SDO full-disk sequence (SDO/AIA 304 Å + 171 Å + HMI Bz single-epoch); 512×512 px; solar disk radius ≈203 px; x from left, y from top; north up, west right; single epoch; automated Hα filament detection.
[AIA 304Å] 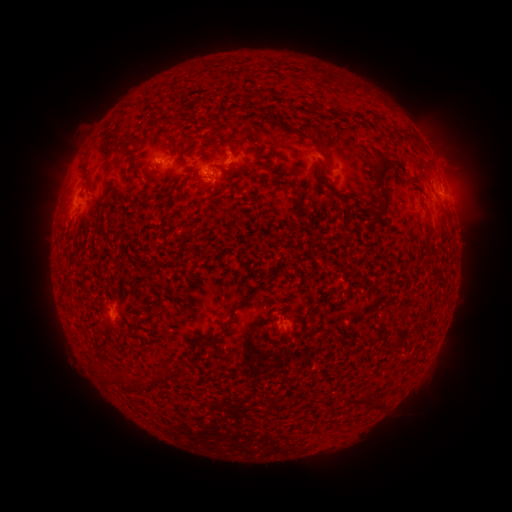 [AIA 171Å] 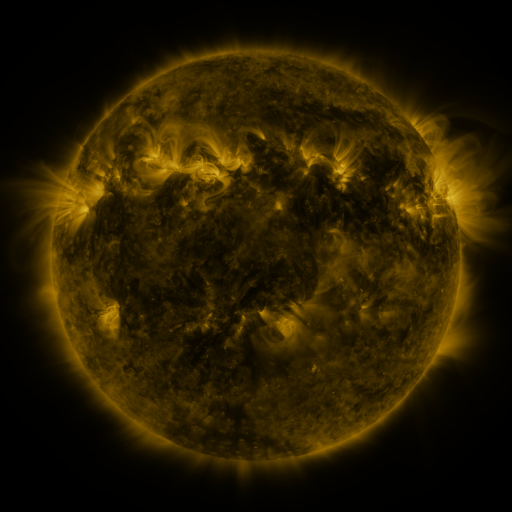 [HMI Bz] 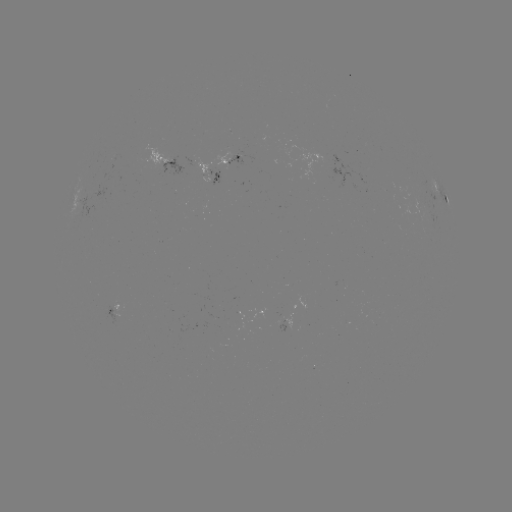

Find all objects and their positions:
filament: (170, 118)
filament: (189, 138)
filament: (319, 142)
filament: (379, 156)
filament: (188, 179)
filament: (386, 206)
filament: (432, 232)
filament: (232, 314)
filament: (312, 315)
filament: (209, 338)
filament: (157, 376)
filament: (119, 377)
